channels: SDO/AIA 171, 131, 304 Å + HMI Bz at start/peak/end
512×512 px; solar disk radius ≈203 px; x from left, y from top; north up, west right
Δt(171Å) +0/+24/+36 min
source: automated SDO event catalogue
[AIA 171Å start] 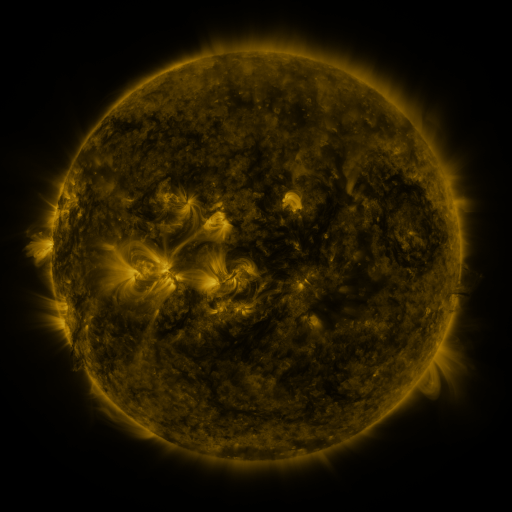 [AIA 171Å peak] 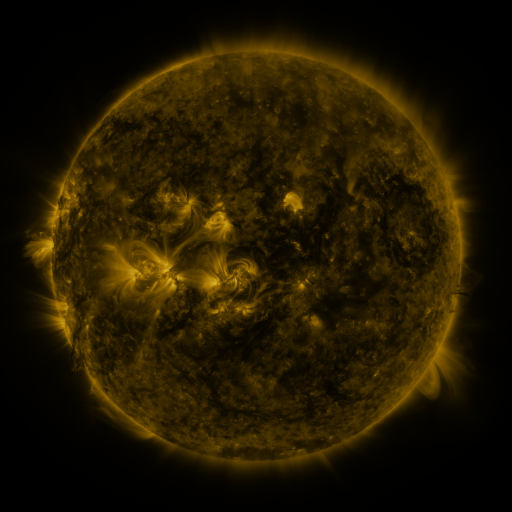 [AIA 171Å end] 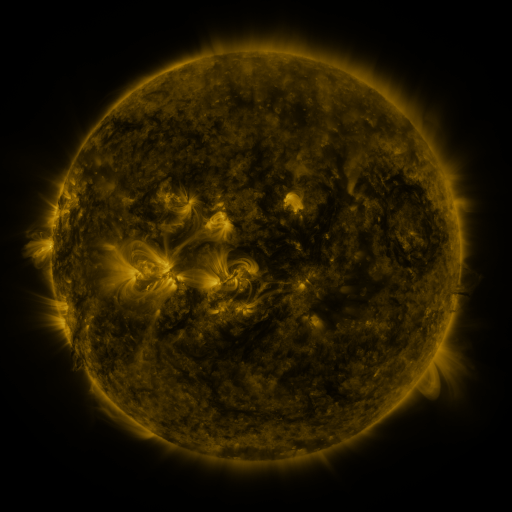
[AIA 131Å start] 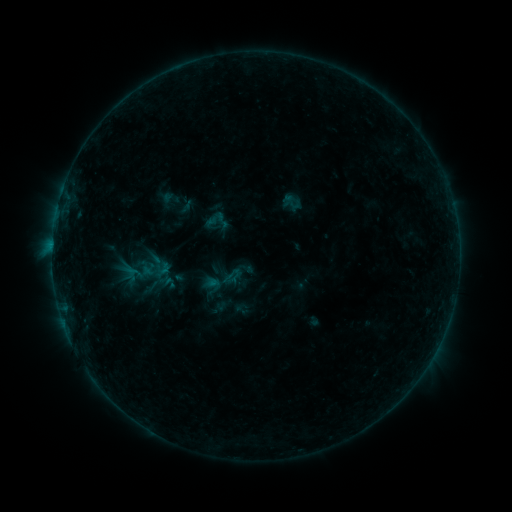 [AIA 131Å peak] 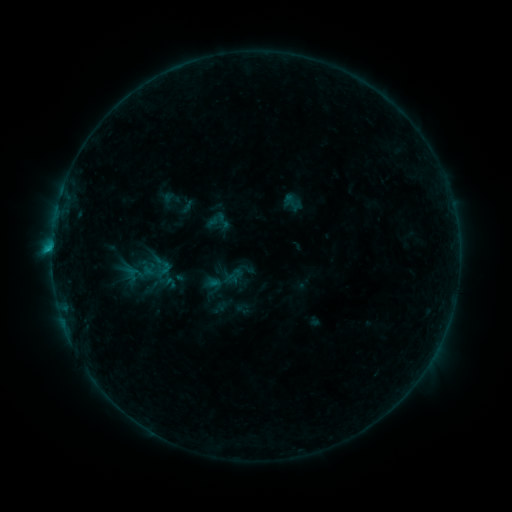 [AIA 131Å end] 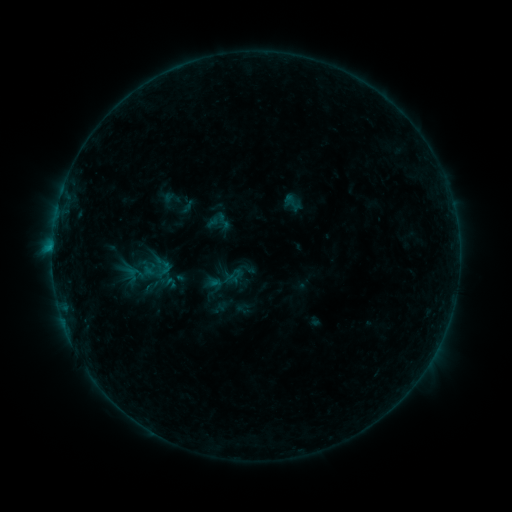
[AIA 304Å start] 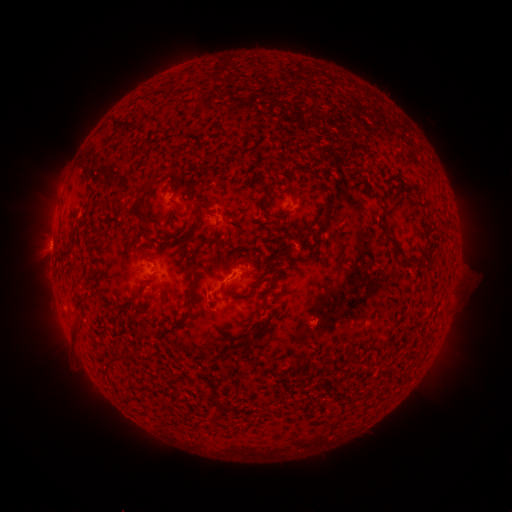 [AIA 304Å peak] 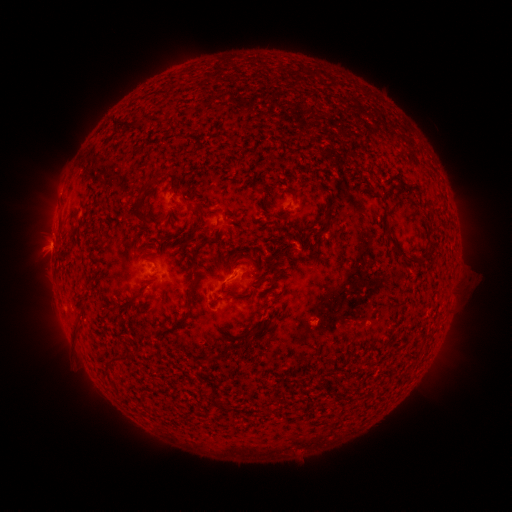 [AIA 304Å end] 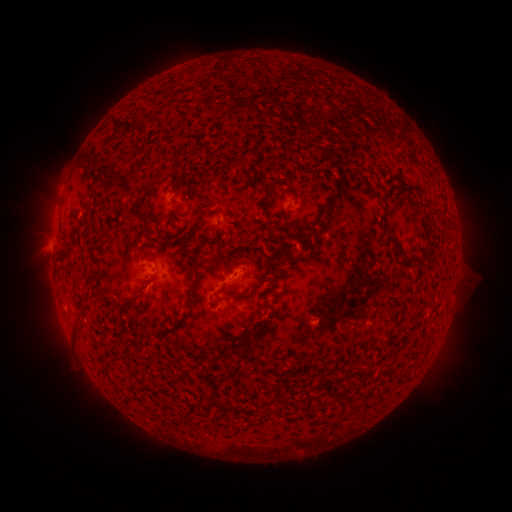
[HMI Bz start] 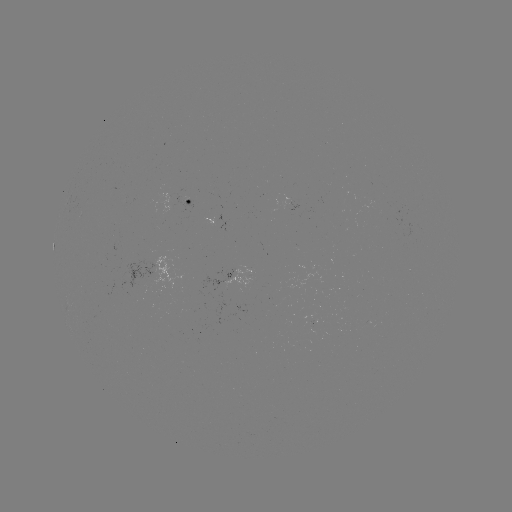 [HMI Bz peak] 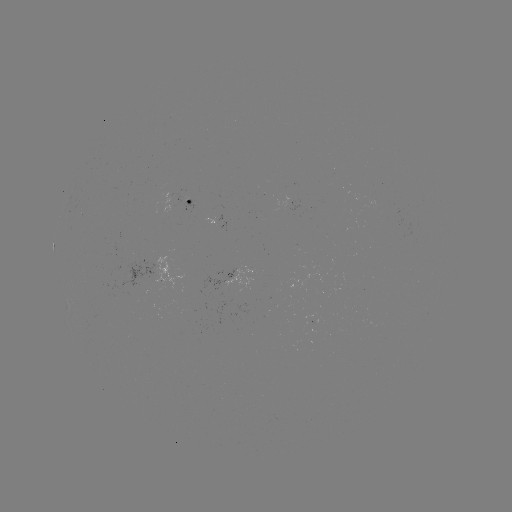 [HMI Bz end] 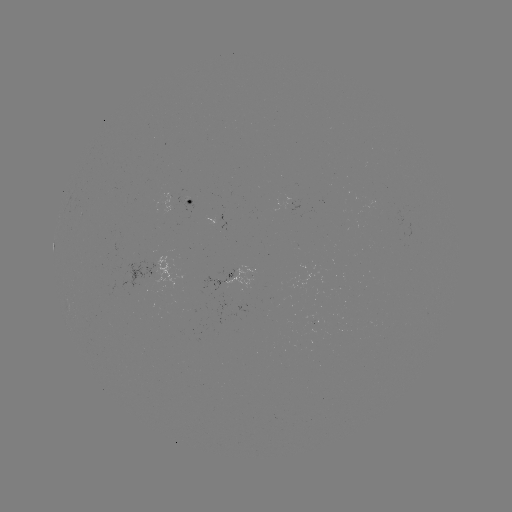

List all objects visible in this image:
B6.6 flare: (54, 247)
